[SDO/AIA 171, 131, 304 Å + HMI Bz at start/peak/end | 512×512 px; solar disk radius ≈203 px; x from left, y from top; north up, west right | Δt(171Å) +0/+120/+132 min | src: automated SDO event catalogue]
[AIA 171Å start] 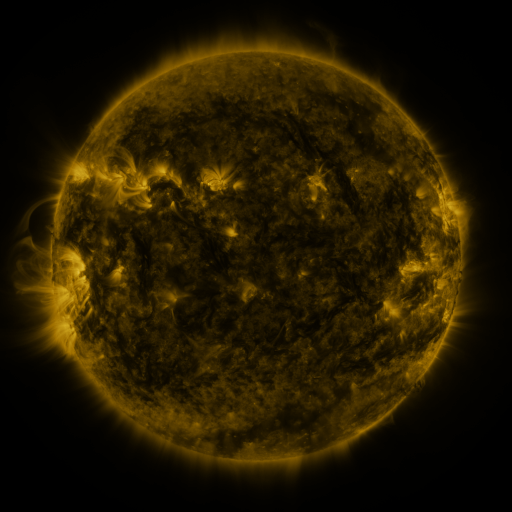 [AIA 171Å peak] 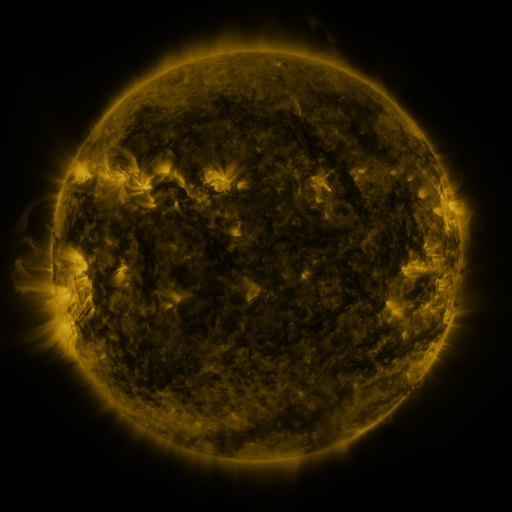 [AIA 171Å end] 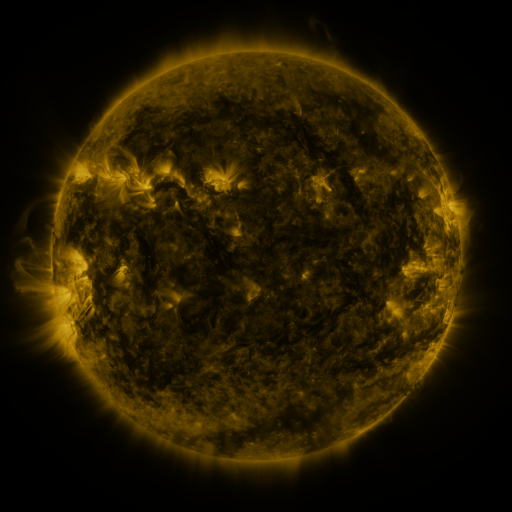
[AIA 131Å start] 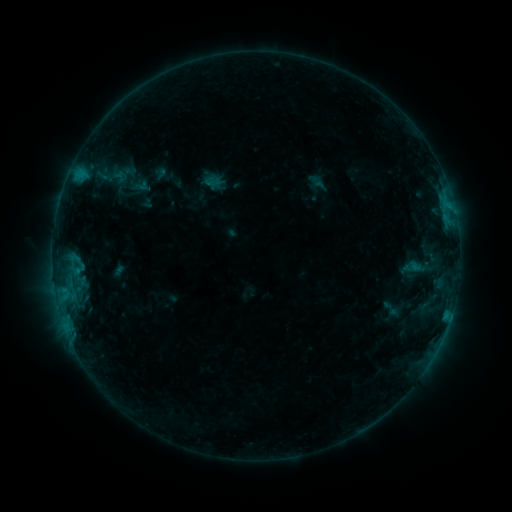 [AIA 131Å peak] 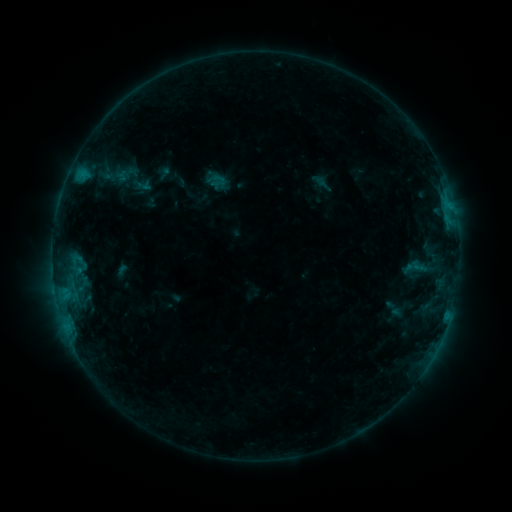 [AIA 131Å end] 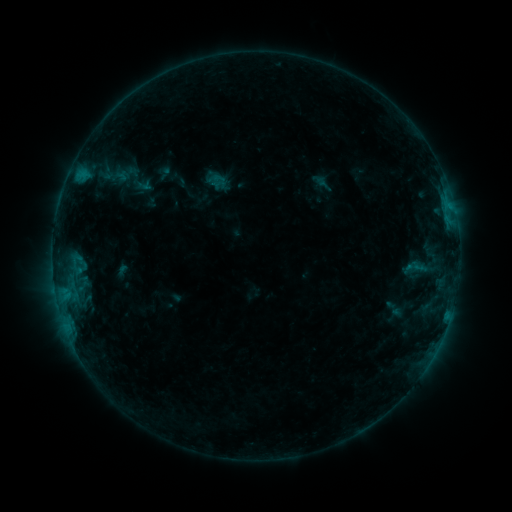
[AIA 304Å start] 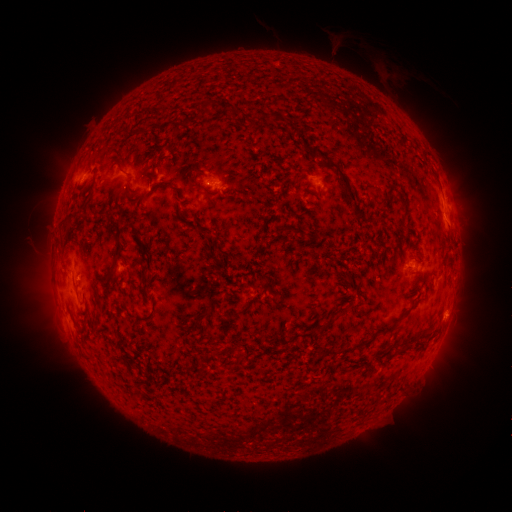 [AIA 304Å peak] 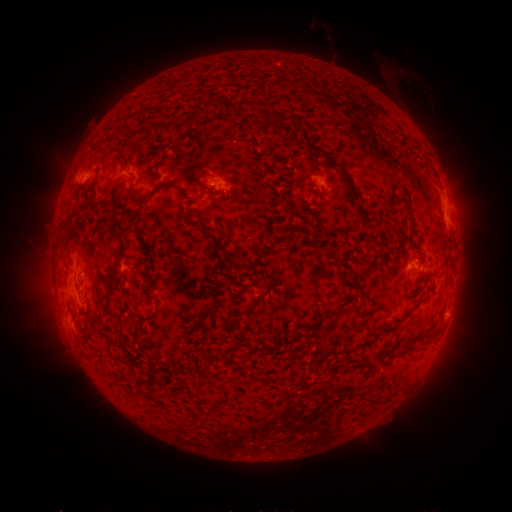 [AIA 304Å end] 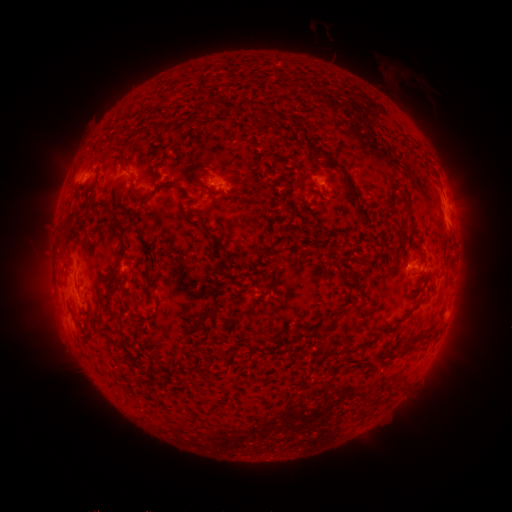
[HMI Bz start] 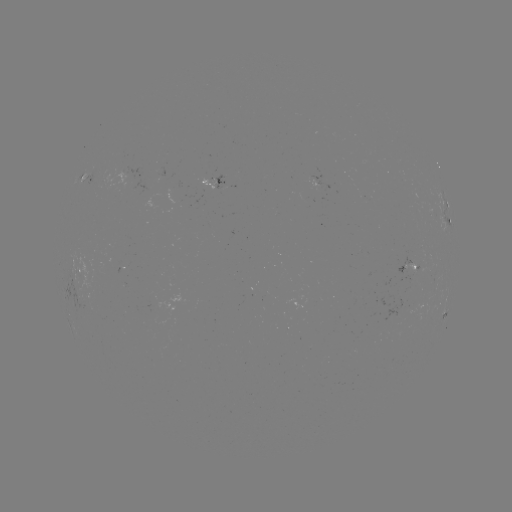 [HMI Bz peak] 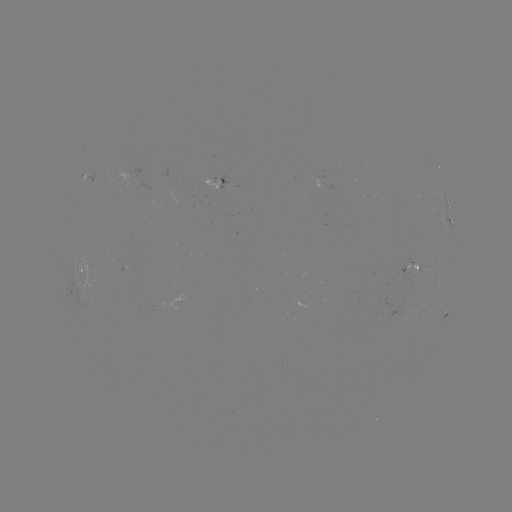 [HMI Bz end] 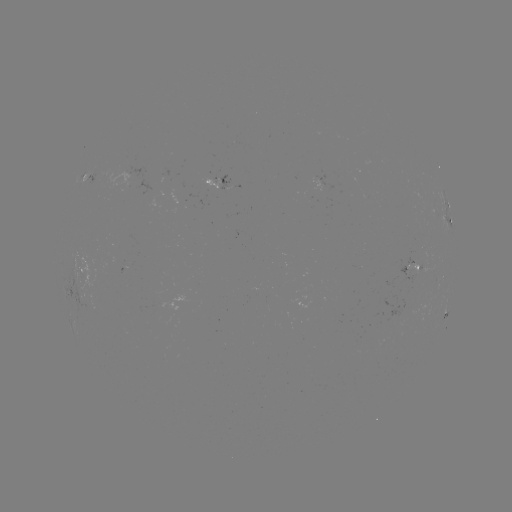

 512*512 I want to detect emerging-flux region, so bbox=[406, 262, 417, 276].